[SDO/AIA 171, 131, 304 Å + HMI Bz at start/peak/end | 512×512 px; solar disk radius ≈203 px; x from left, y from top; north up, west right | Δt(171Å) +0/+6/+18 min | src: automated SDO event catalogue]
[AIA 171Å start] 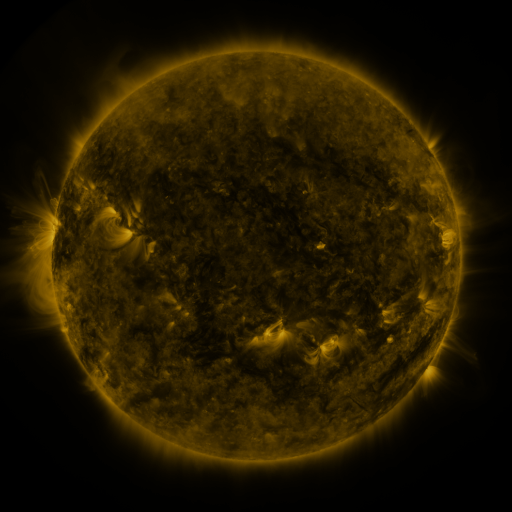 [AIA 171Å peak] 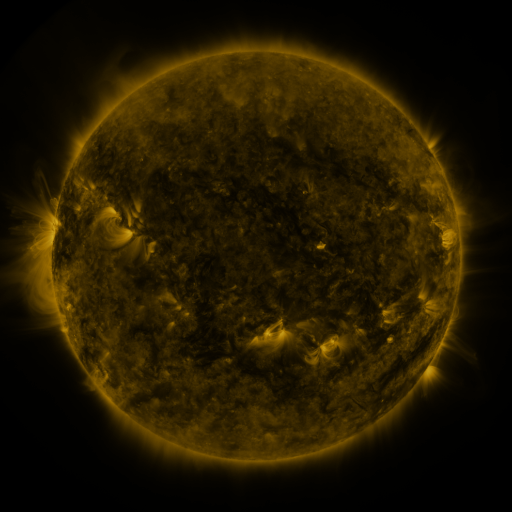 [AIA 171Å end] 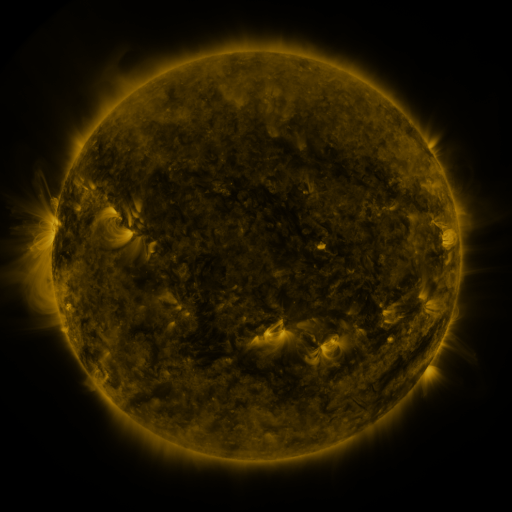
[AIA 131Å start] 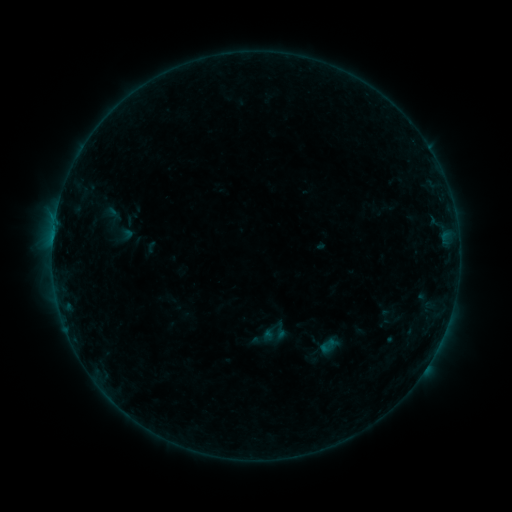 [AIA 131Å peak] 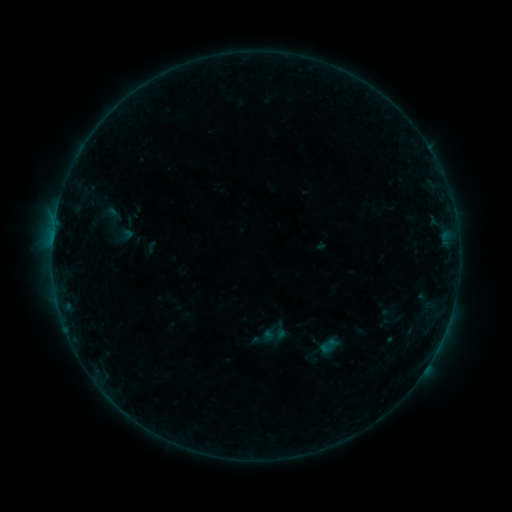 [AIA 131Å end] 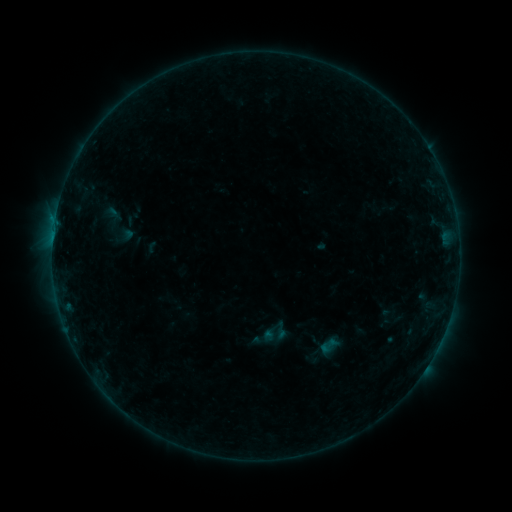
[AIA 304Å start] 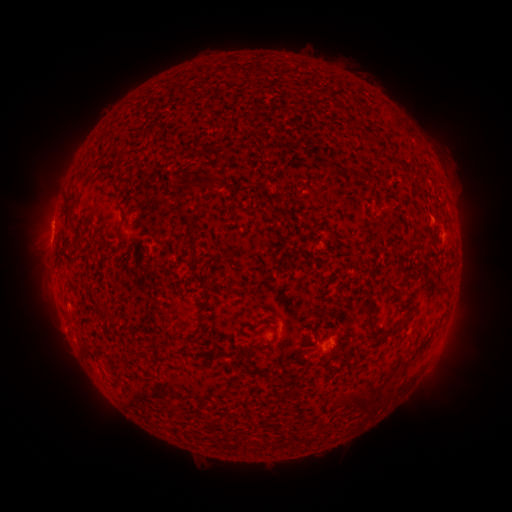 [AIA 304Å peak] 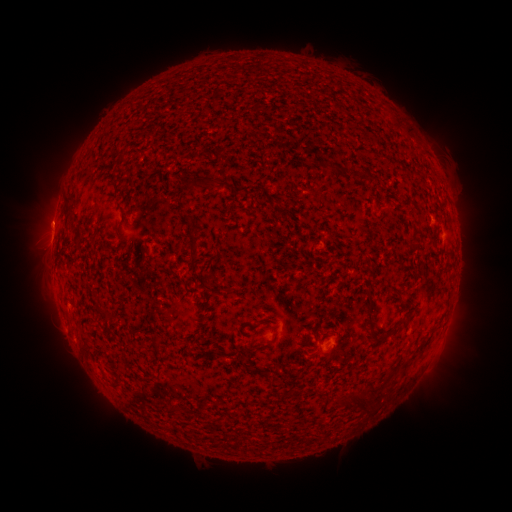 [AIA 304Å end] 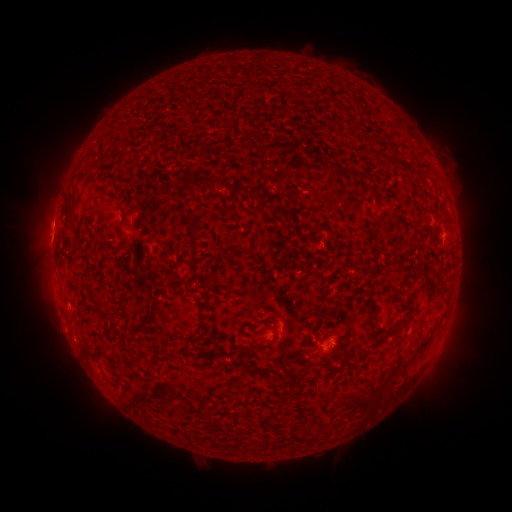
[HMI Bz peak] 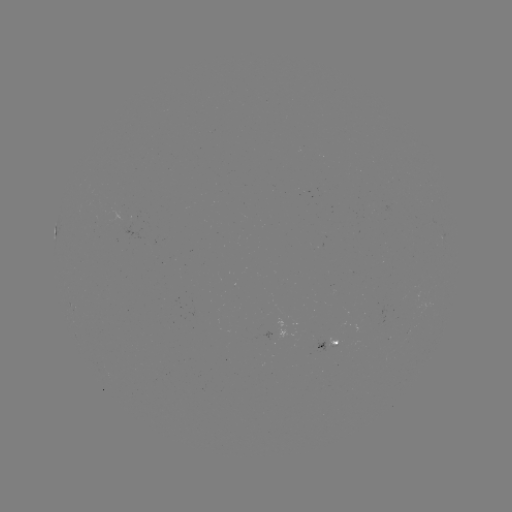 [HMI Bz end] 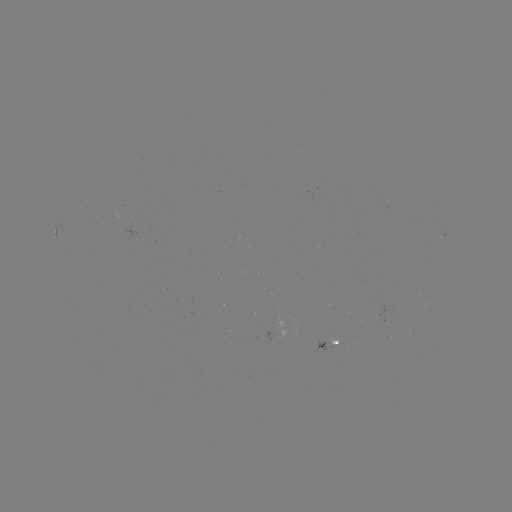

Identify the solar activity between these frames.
eruption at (51, 221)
